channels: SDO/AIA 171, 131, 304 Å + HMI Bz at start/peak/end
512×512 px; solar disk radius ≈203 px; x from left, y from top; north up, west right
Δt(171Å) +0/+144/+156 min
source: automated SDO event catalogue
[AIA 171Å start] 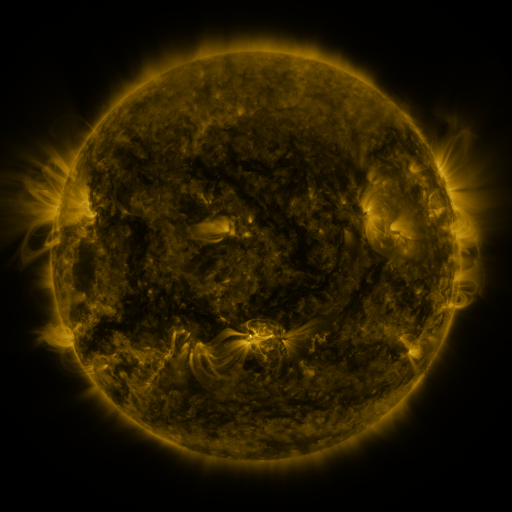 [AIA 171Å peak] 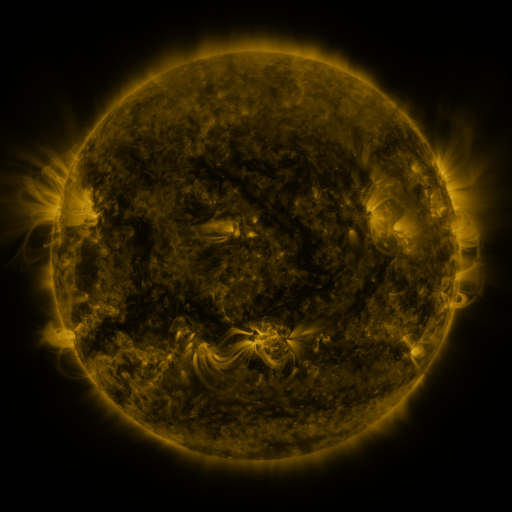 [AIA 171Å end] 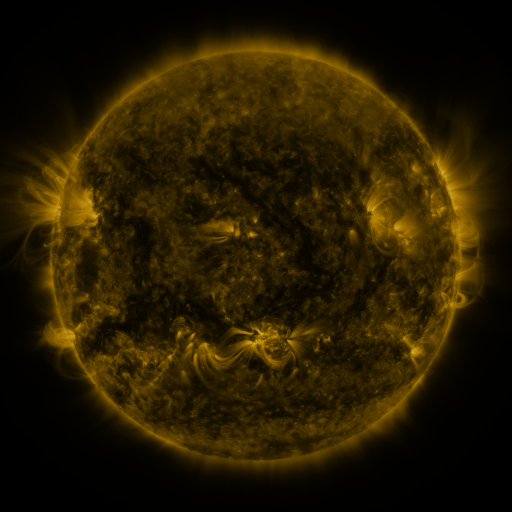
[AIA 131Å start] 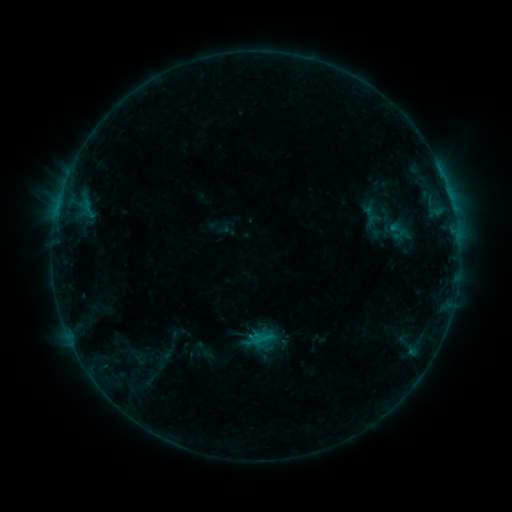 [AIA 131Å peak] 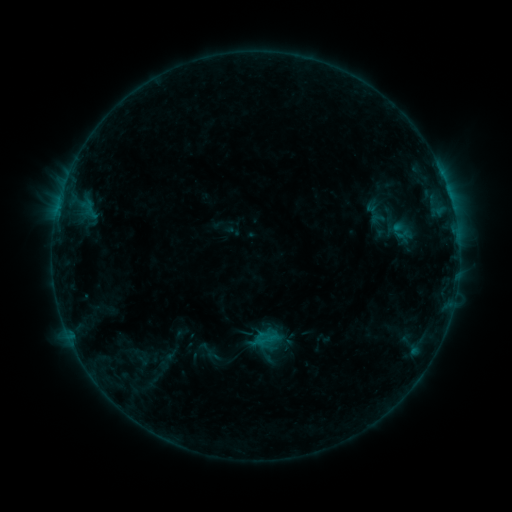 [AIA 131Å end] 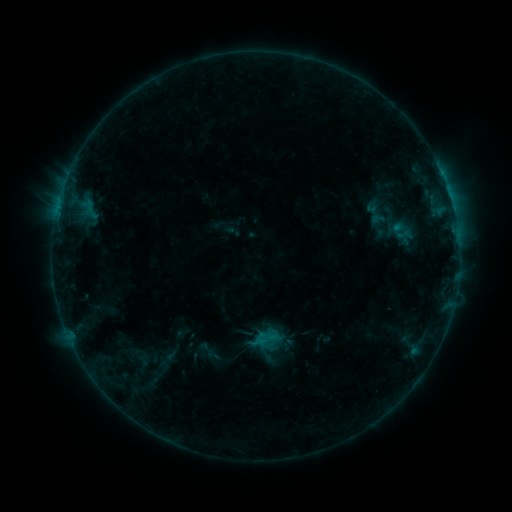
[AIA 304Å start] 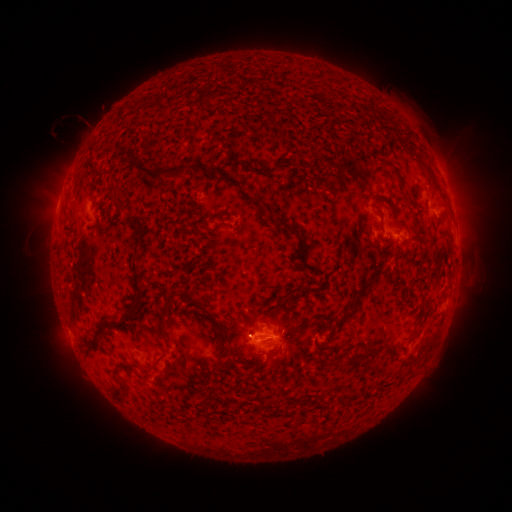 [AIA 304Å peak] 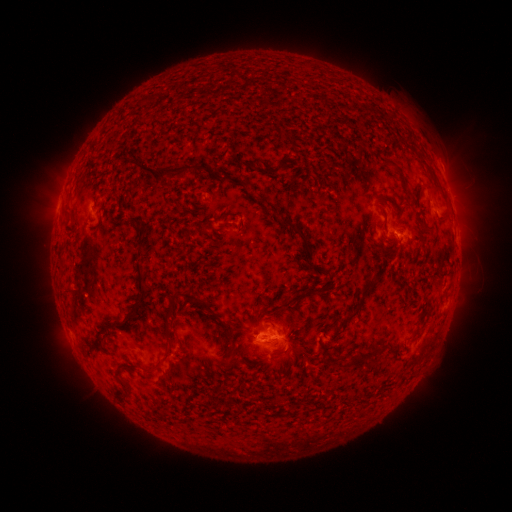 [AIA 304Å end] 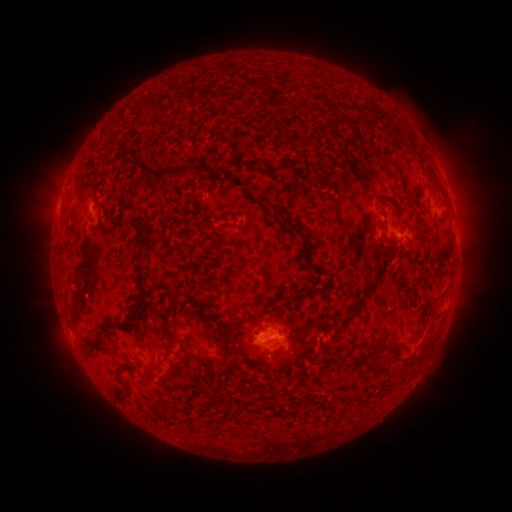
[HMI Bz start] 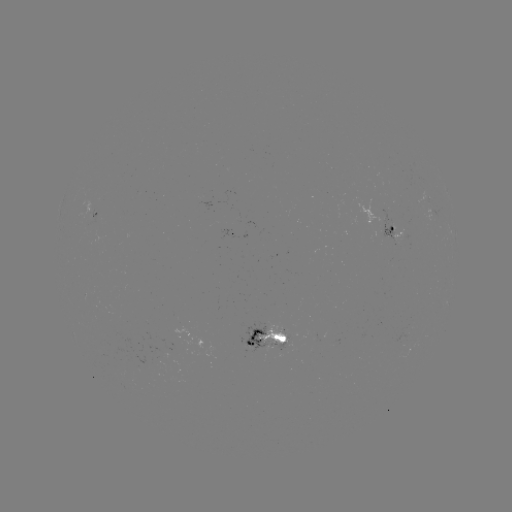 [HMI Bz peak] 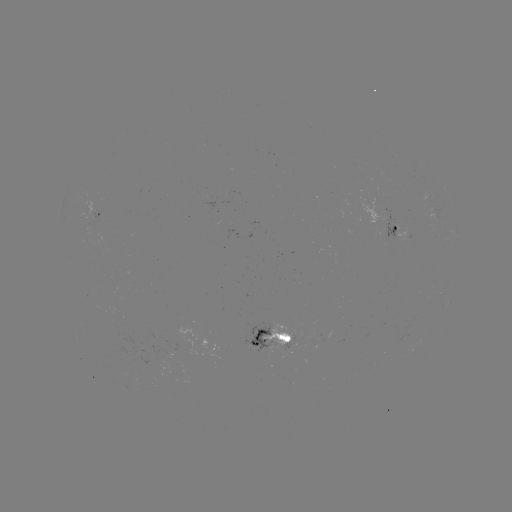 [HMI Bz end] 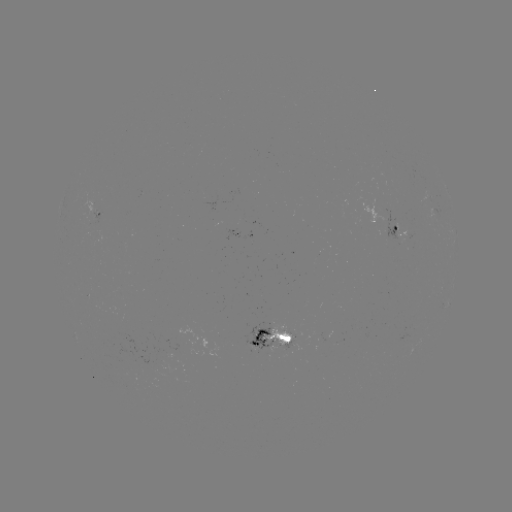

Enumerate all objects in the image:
emerging-flux region: (91, 205)
